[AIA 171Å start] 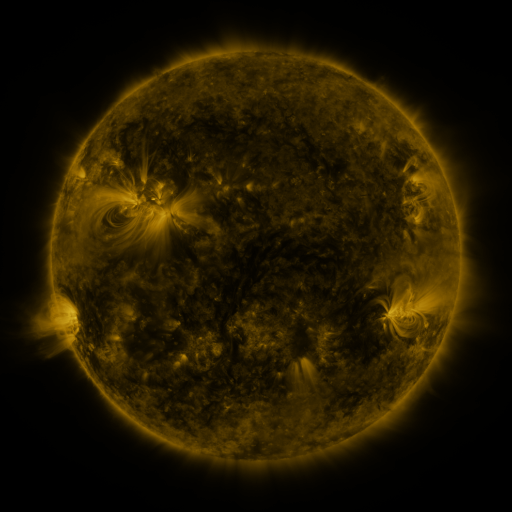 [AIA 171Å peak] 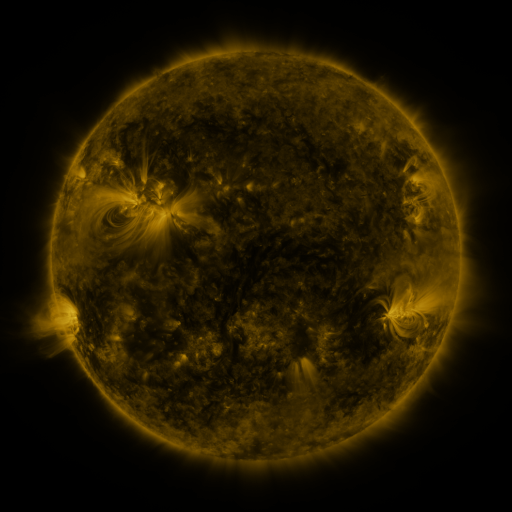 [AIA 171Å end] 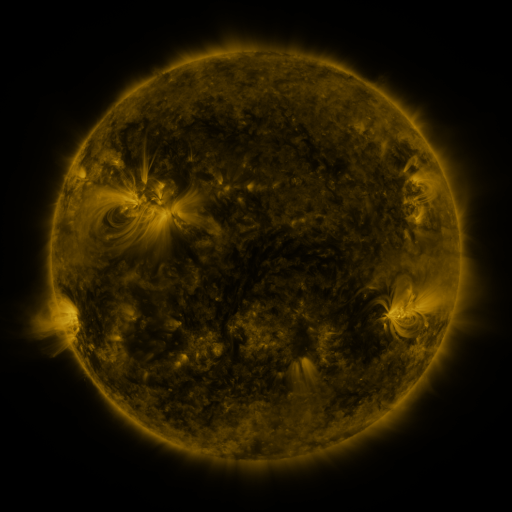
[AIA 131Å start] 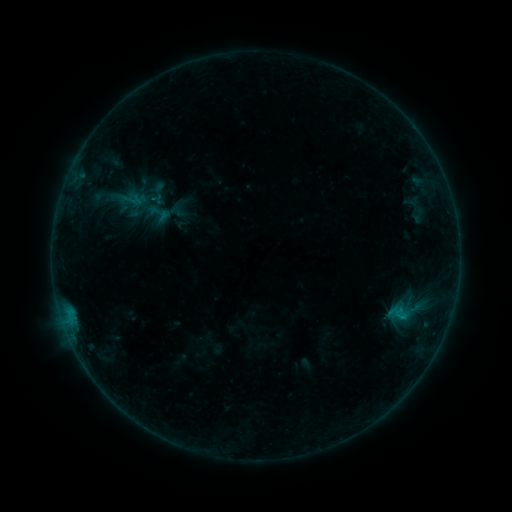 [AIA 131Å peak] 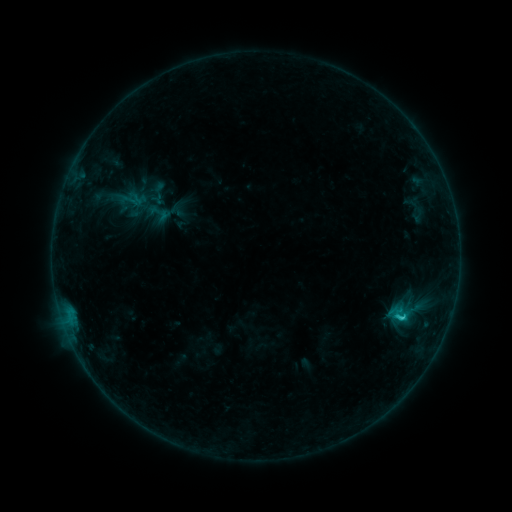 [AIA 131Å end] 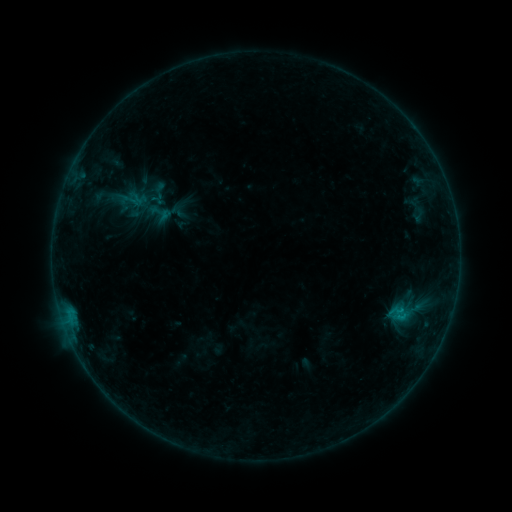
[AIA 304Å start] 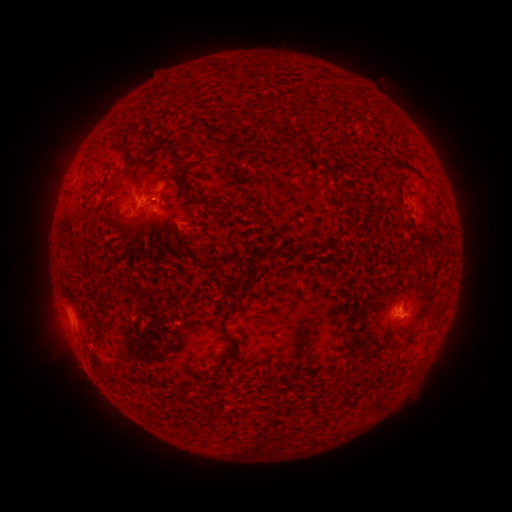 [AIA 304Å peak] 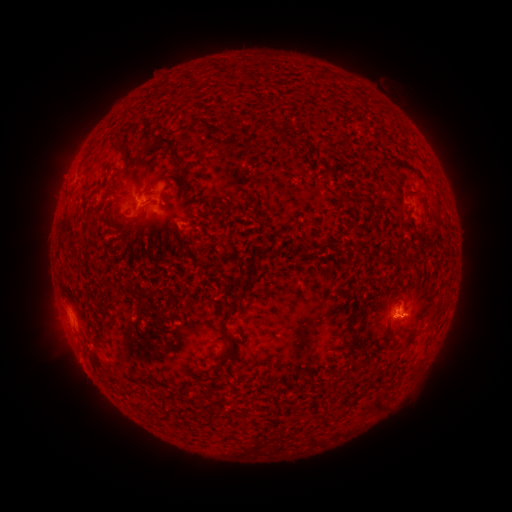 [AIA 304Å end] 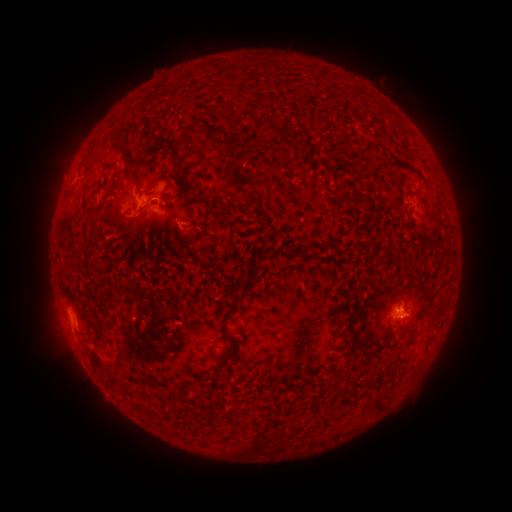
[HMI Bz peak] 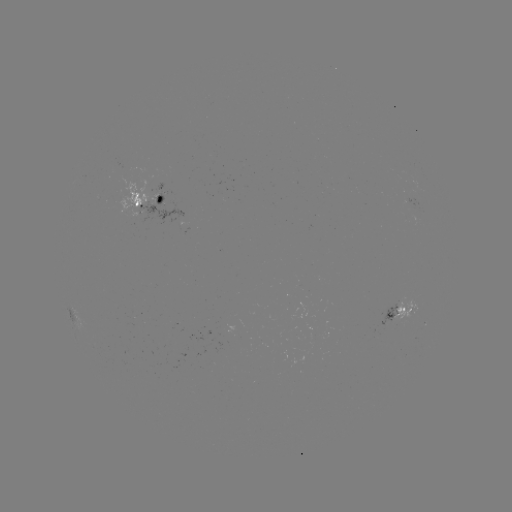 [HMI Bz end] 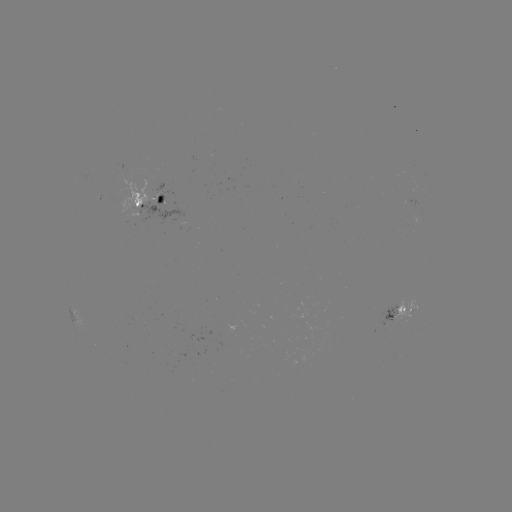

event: flare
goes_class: C1.1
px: (396, 315)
